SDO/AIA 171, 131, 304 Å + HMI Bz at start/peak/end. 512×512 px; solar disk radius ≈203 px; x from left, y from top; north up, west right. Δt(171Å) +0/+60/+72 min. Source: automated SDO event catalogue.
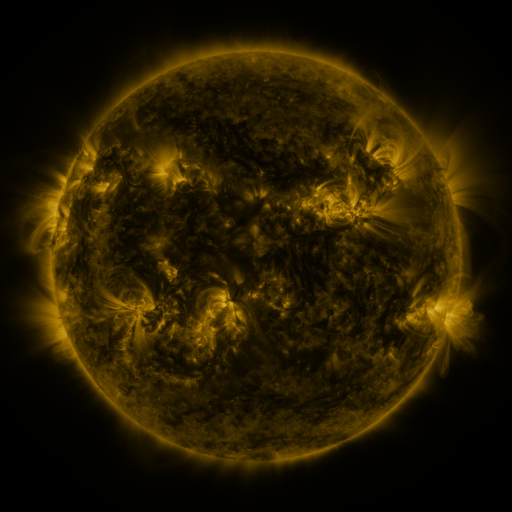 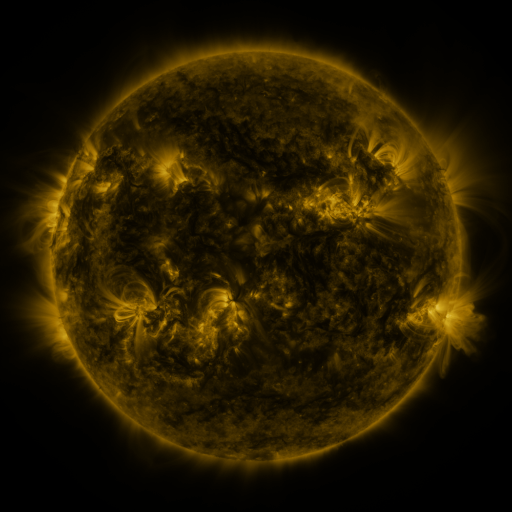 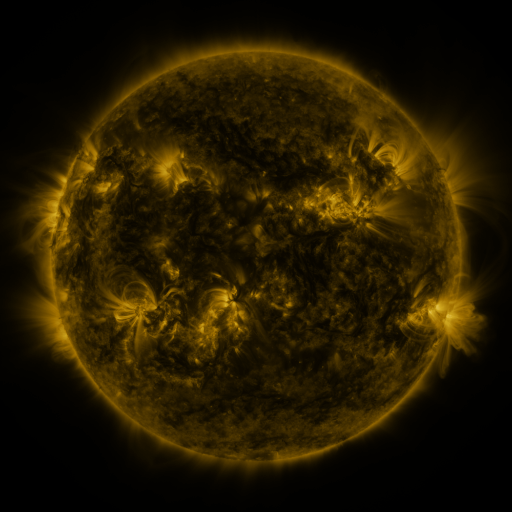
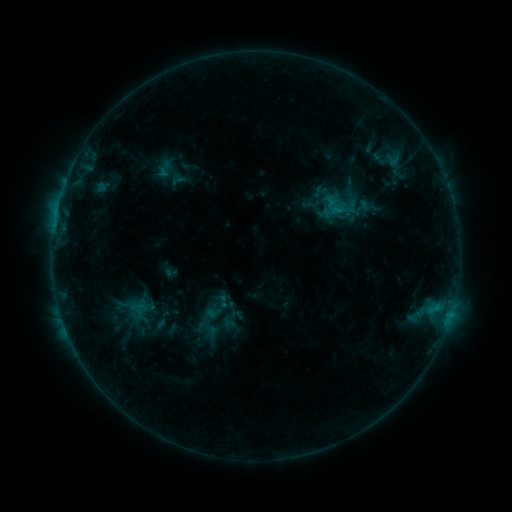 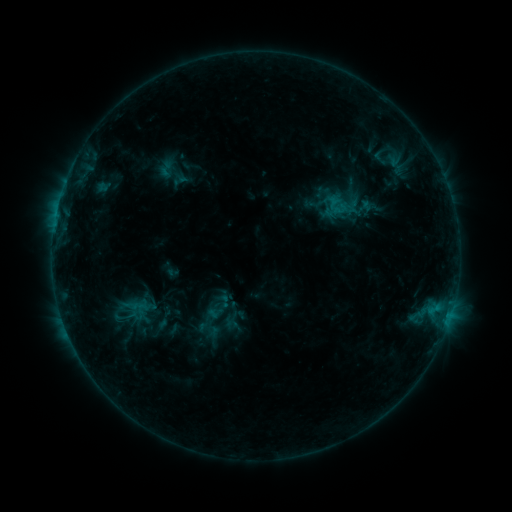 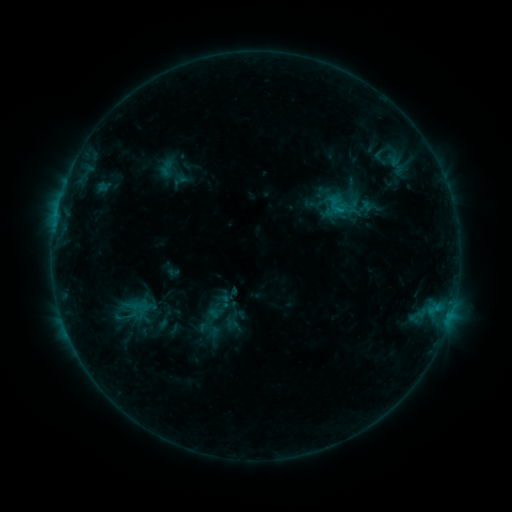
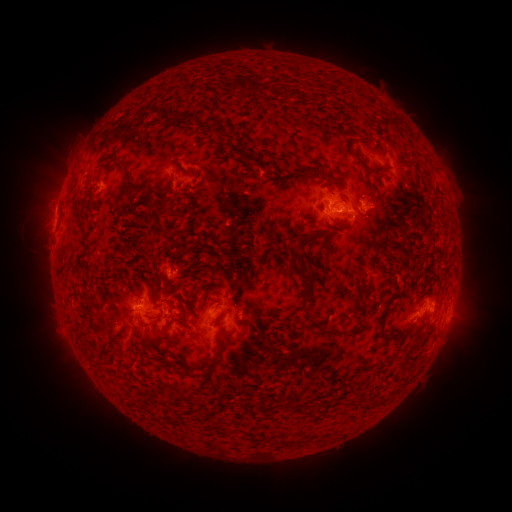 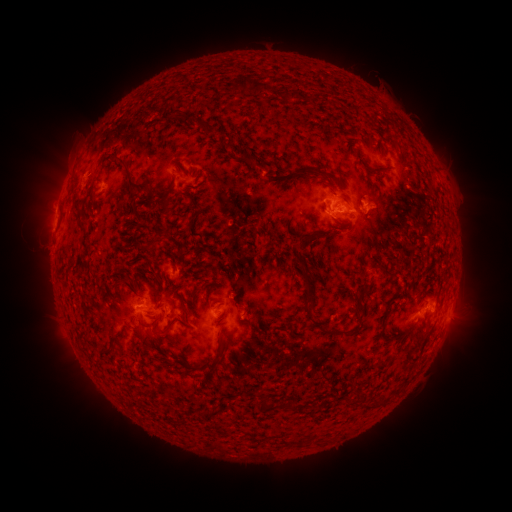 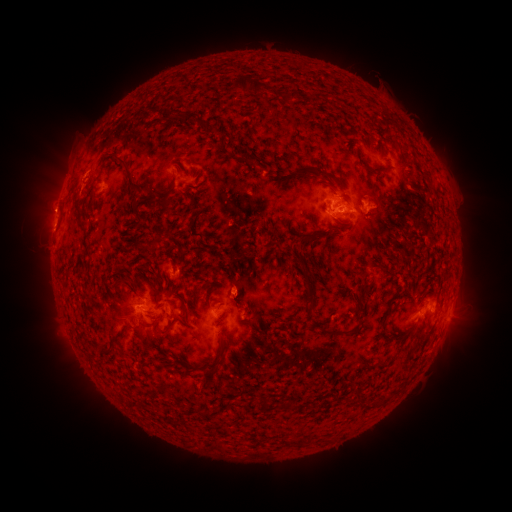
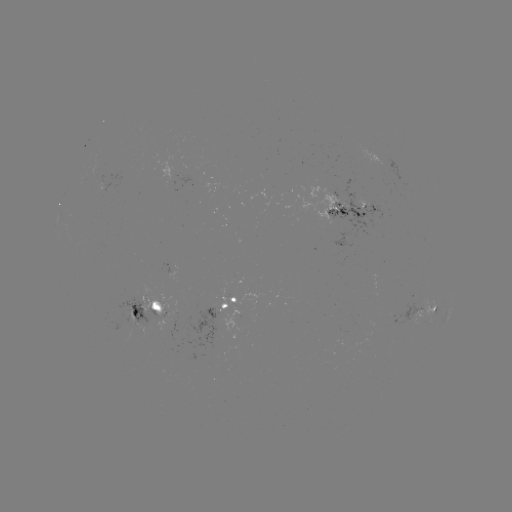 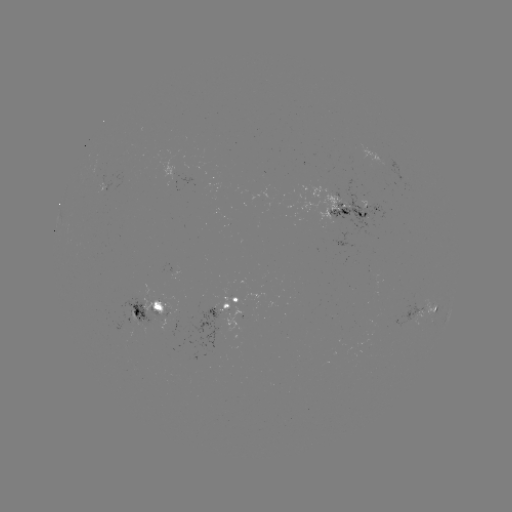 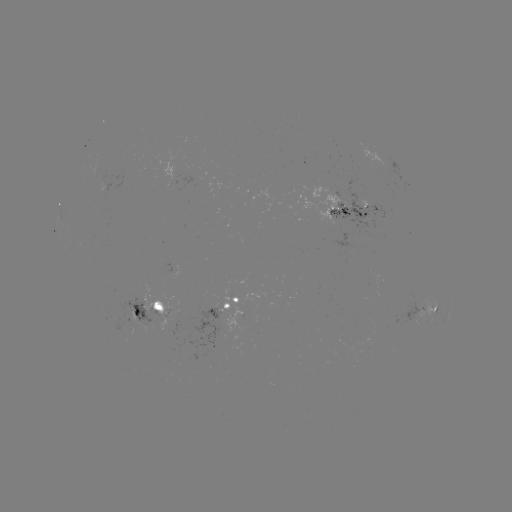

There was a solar emerging-flux region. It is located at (143, 299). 